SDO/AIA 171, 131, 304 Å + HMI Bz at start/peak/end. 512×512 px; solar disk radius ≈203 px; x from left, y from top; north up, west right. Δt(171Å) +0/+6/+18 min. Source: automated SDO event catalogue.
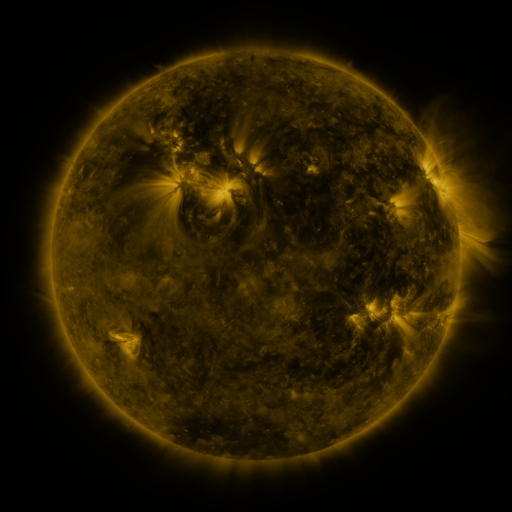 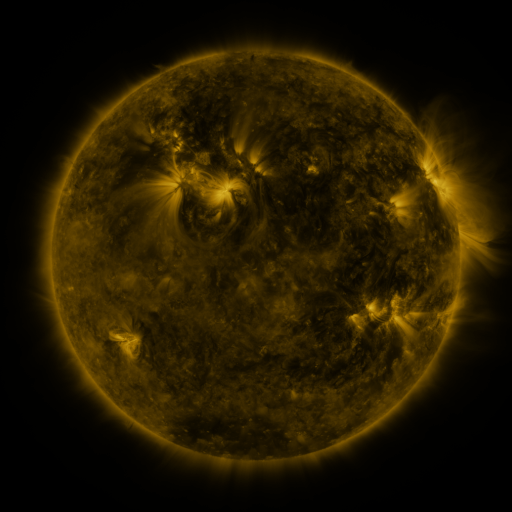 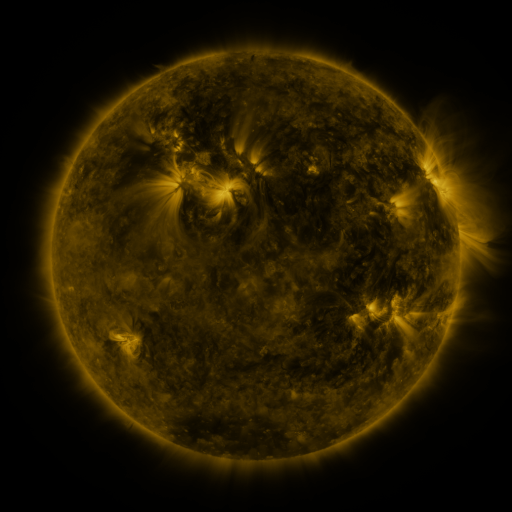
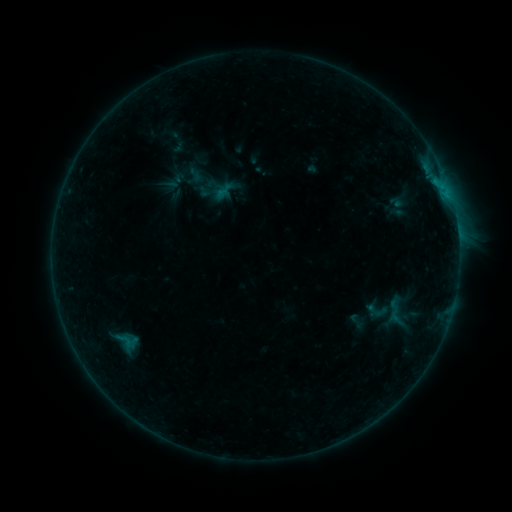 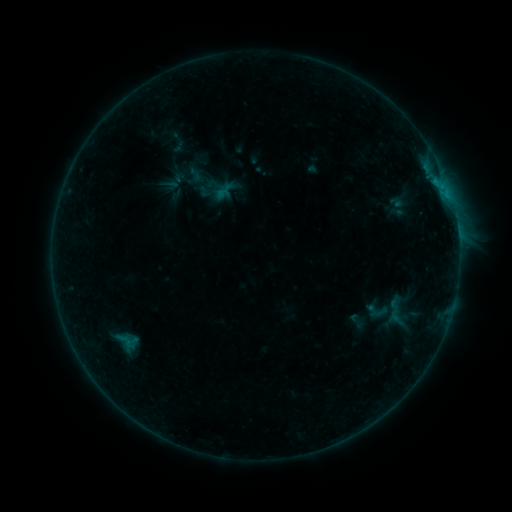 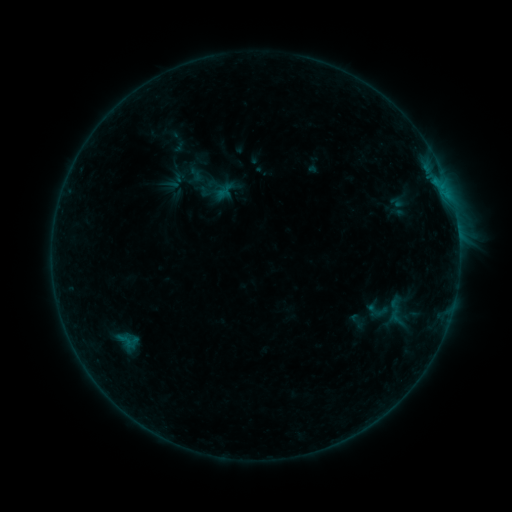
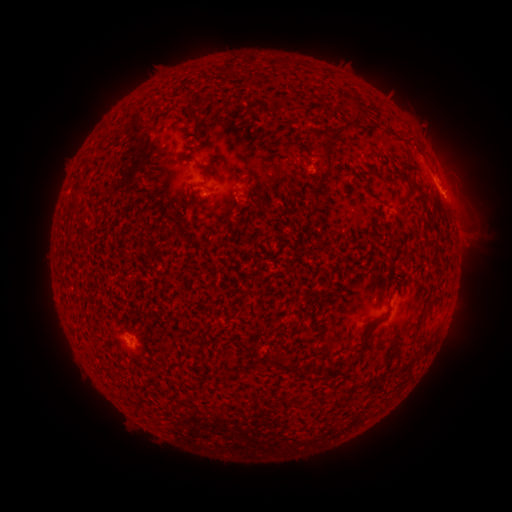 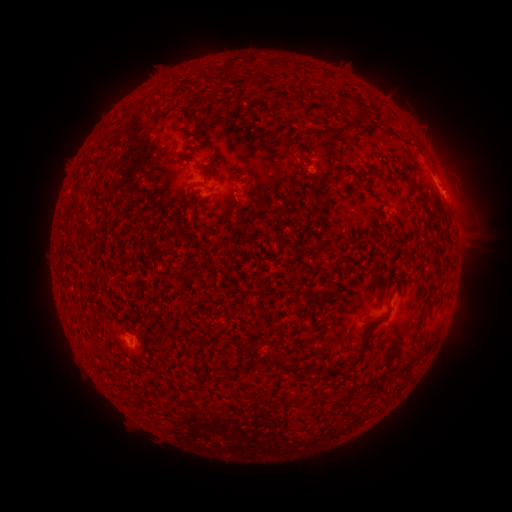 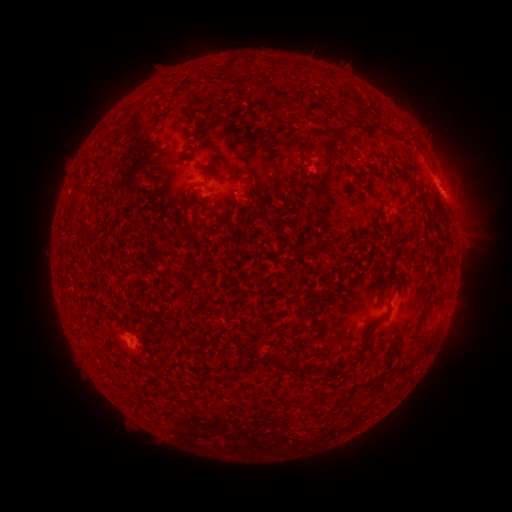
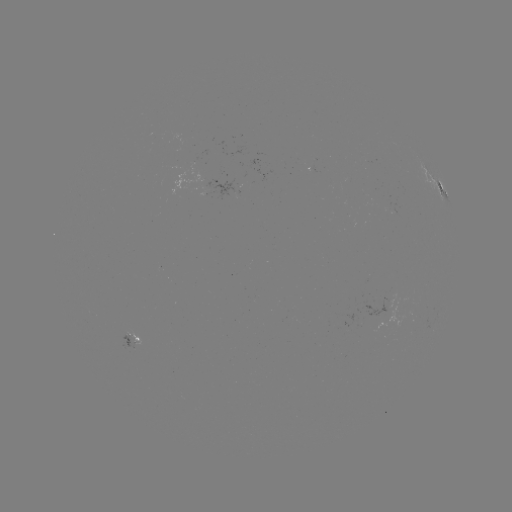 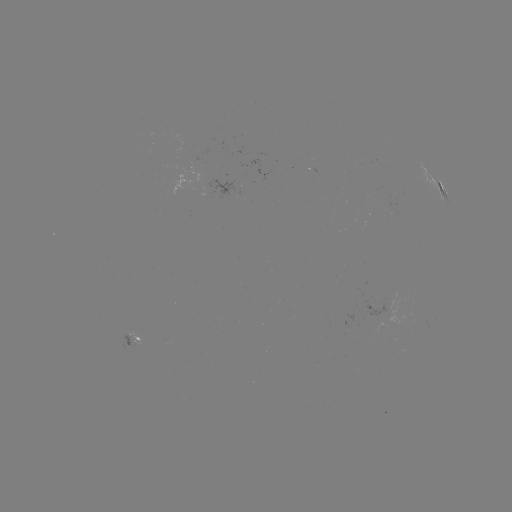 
no classed flare was catalogued and no EUV brightening was flagged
